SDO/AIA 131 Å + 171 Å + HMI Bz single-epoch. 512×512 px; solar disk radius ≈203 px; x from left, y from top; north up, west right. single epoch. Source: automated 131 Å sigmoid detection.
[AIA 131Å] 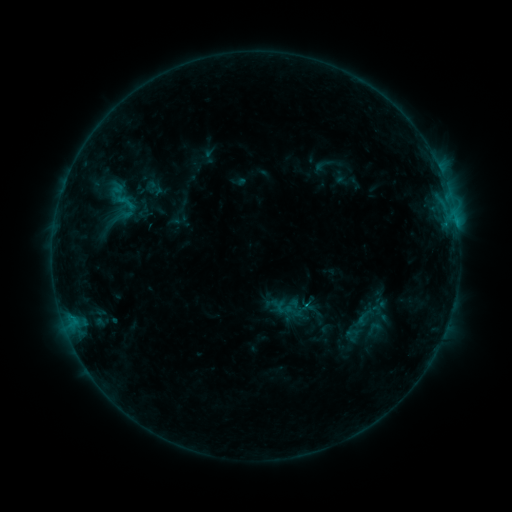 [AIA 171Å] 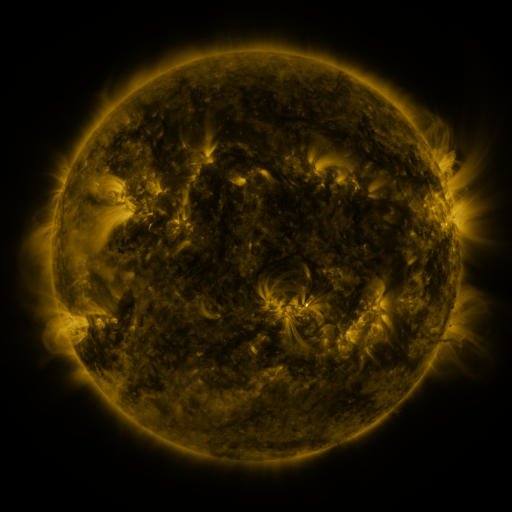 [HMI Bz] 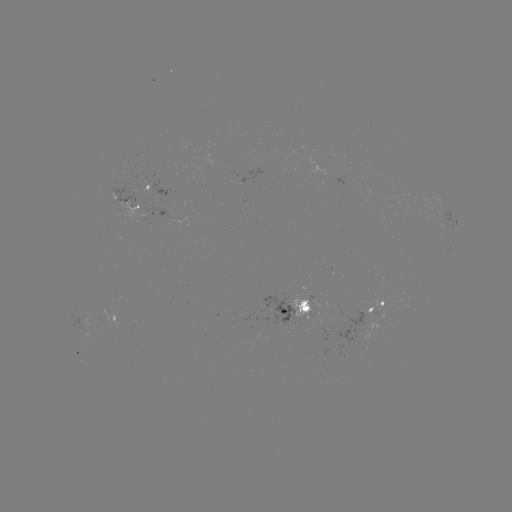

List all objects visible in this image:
sigmoid: (125, 202)
sigmoid: (292, 309)
